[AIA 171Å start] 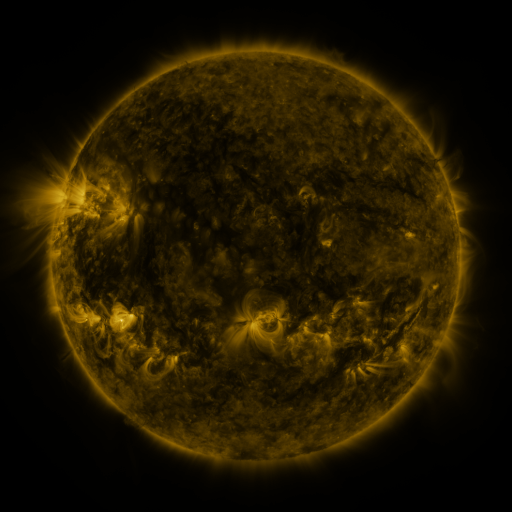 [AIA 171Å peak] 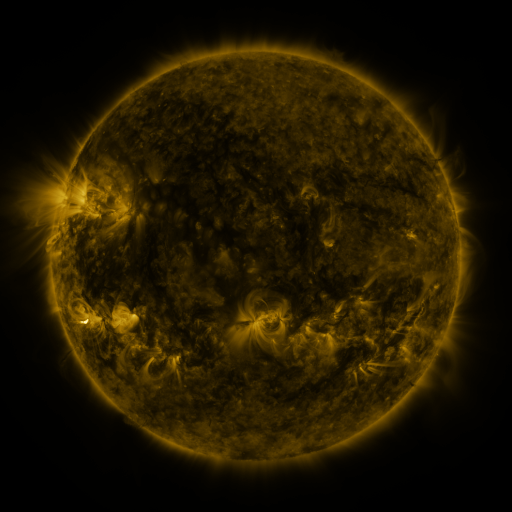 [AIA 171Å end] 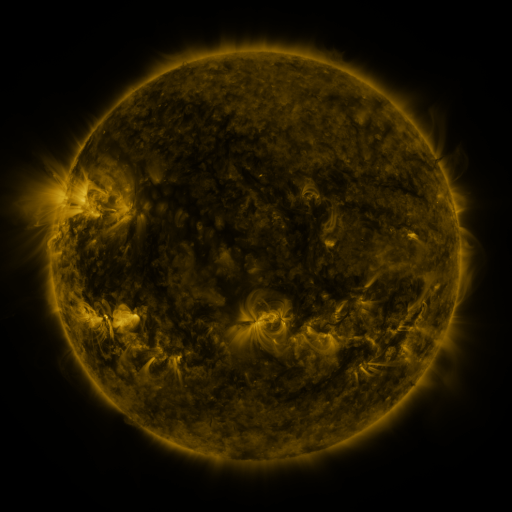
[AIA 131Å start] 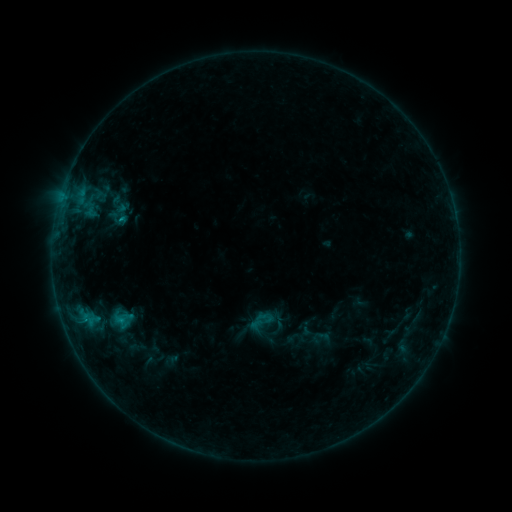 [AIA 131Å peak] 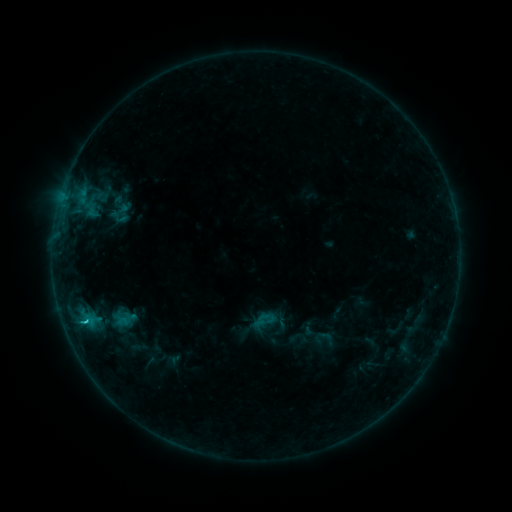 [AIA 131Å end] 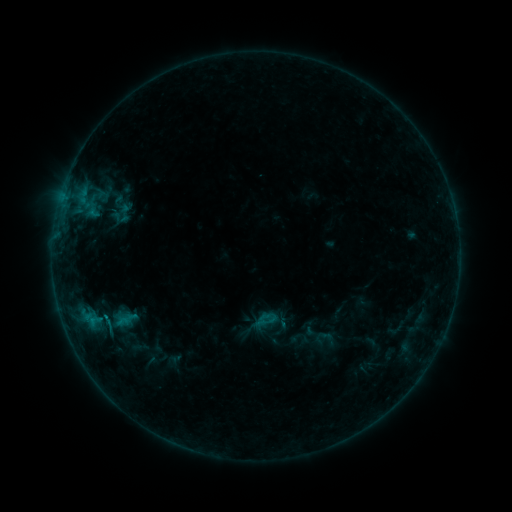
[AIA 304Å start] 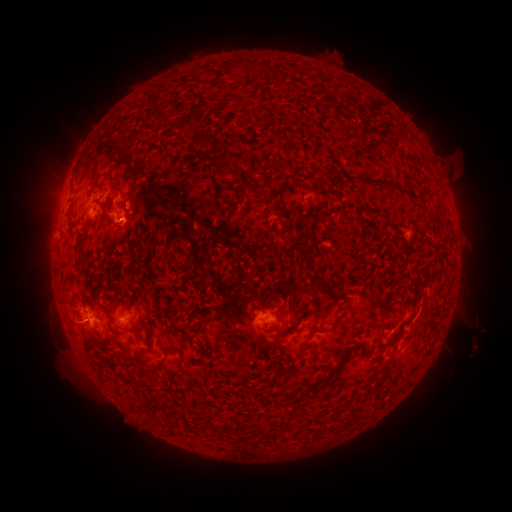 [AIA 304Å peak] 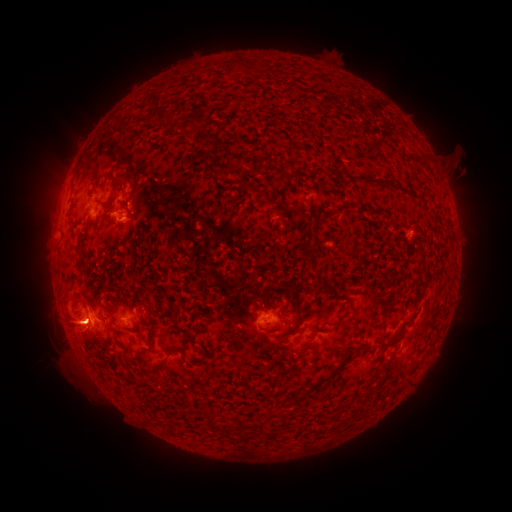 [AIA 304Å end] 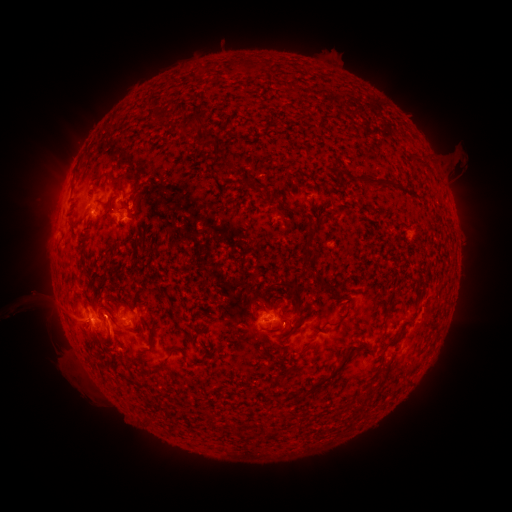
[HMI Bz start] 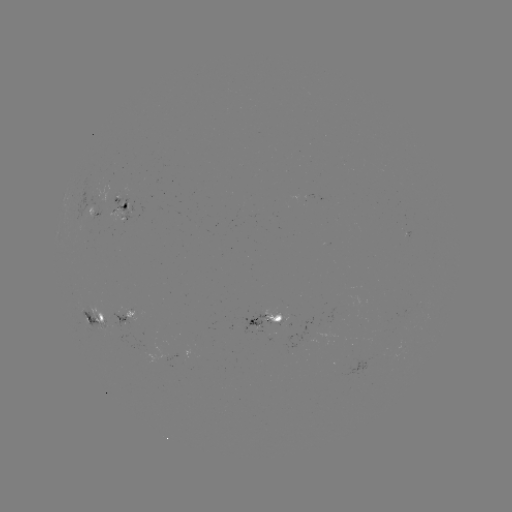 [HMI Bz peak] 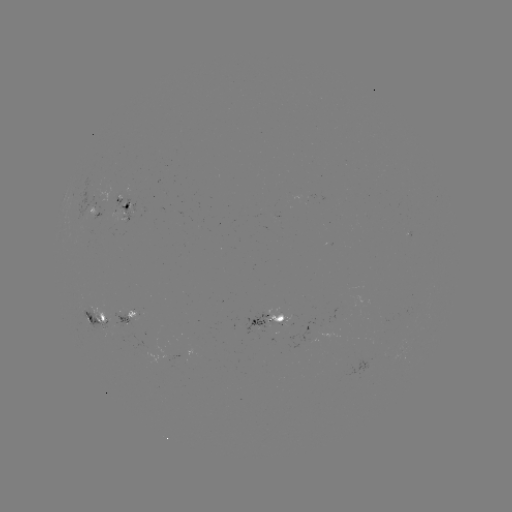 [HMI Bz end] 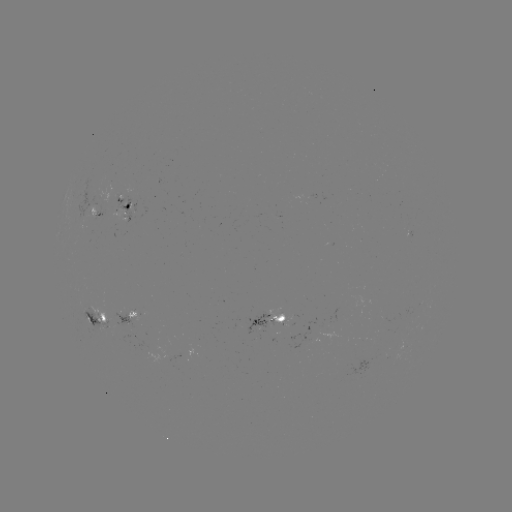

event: emerging-flux region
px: (400, 352)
